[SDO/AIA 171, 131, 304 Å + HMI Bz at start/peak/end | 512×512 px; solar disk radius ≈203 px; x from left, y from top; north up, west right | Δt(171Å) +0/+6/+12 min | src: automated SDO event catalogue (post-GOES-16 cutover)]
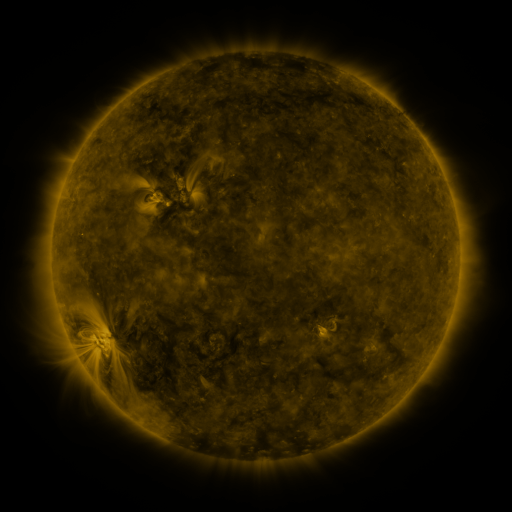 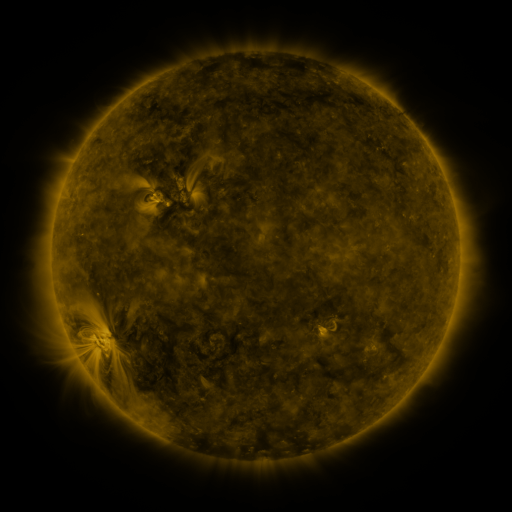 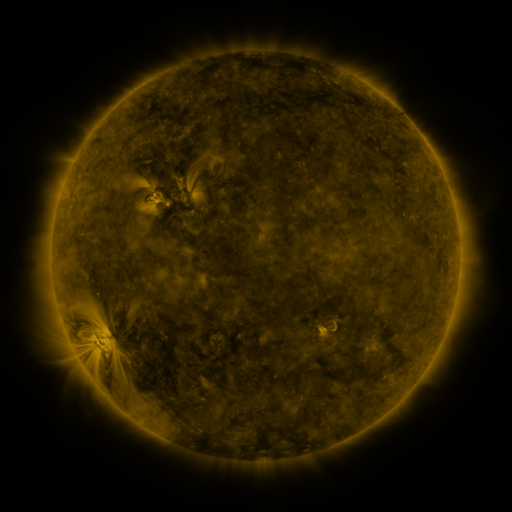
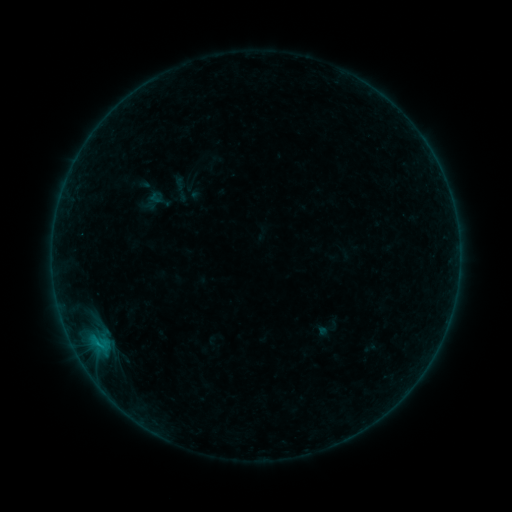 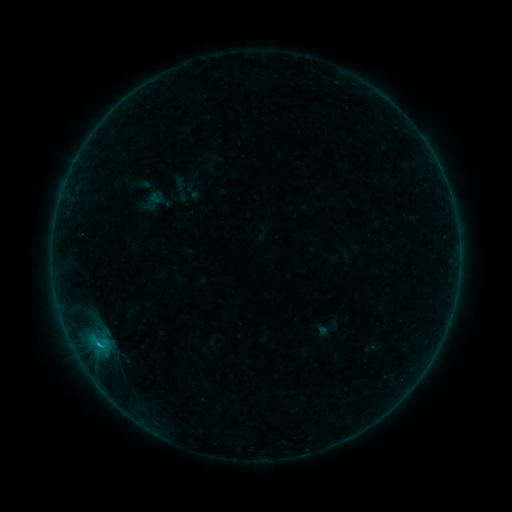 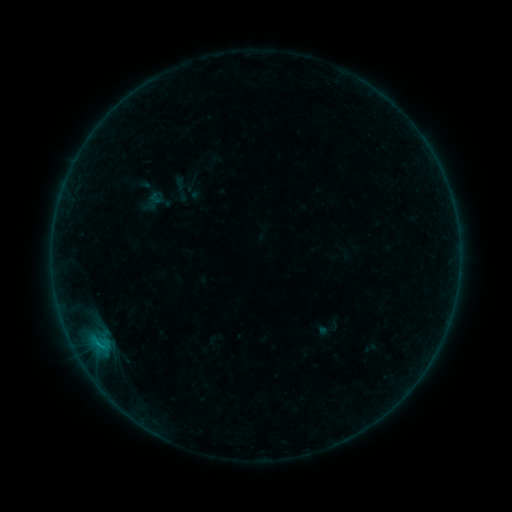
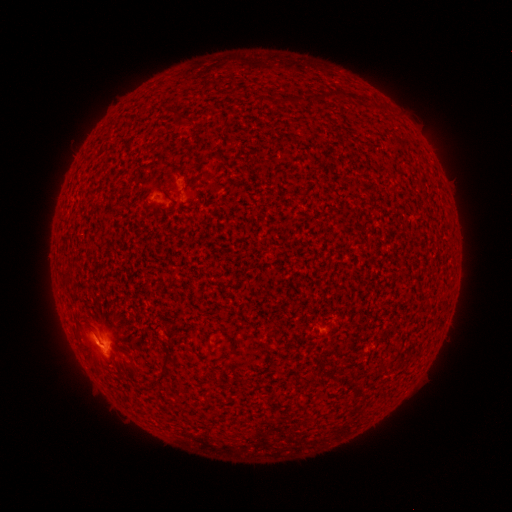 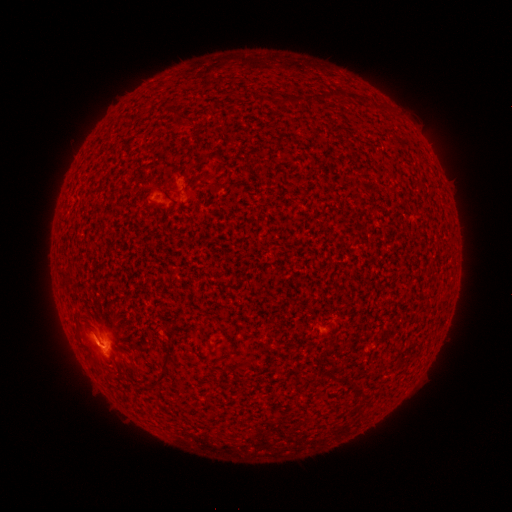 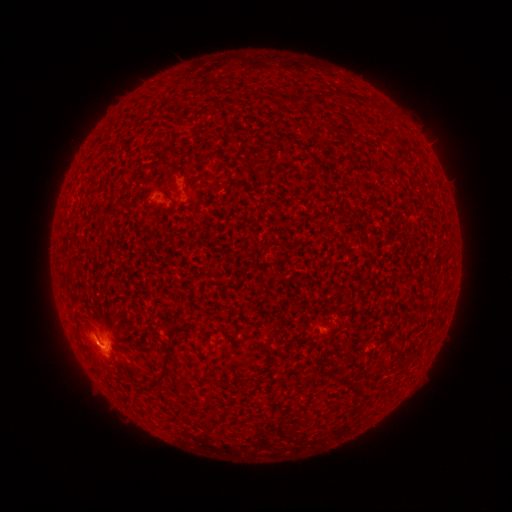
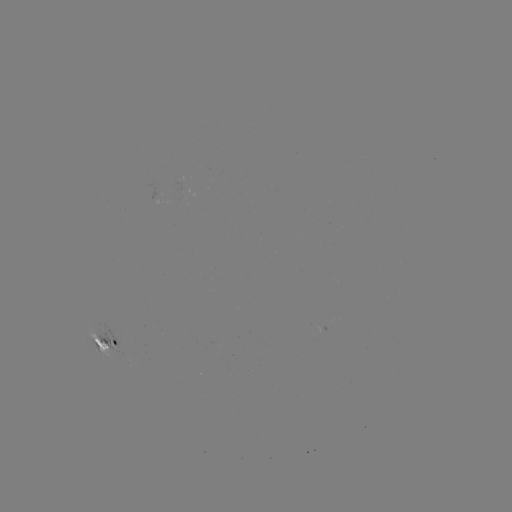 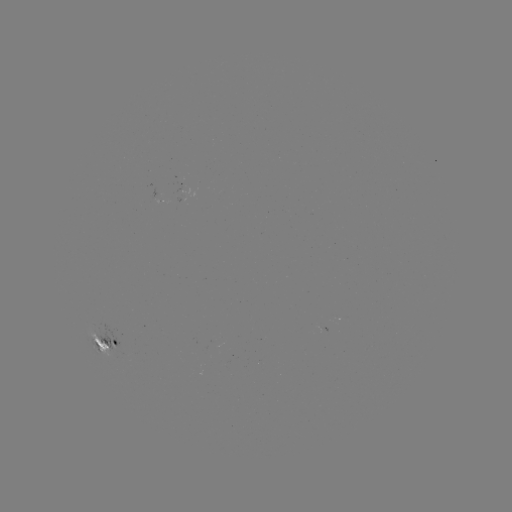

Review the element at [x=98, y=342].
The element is B6.7 flare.